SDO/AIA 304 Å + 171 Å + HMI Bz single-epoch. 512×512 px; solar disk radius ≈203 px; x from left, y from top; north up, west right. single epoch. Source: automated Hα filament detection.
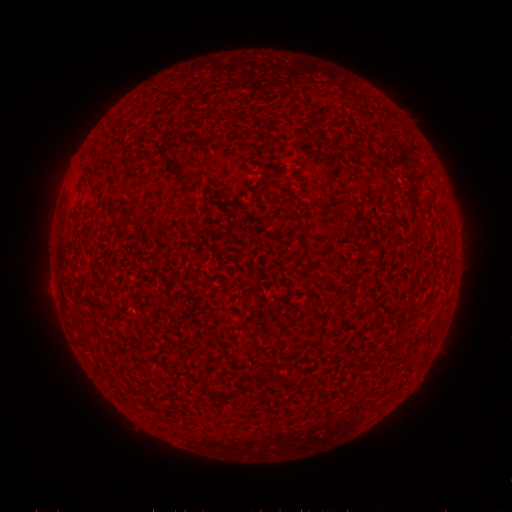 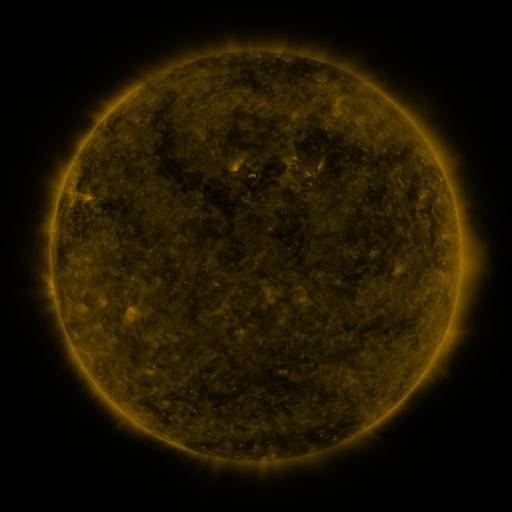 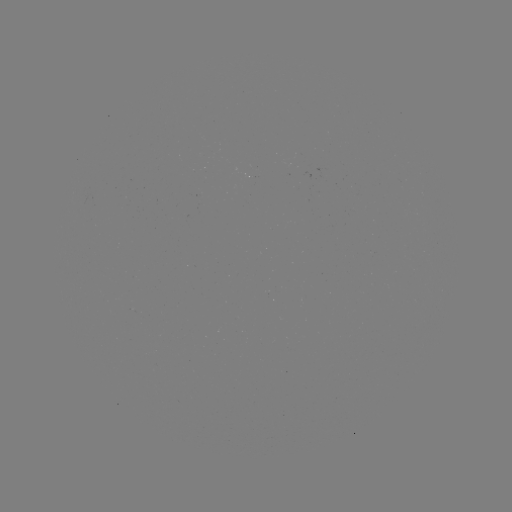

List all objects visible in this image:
filament: (301, 136)
filament: (384, 171)
filament: (184, 177)
filament: (391, 205)
filament: (77, 215)
filament: (310, 262)
